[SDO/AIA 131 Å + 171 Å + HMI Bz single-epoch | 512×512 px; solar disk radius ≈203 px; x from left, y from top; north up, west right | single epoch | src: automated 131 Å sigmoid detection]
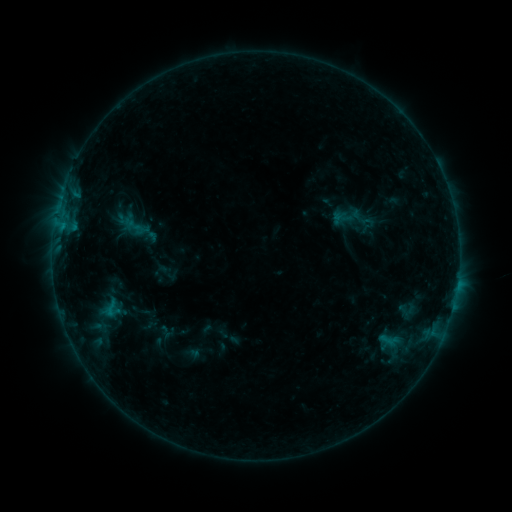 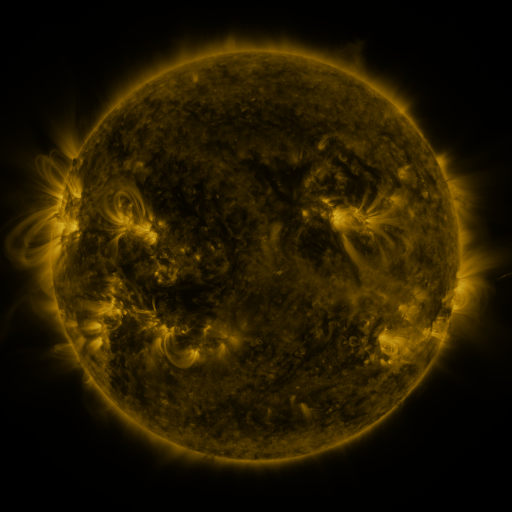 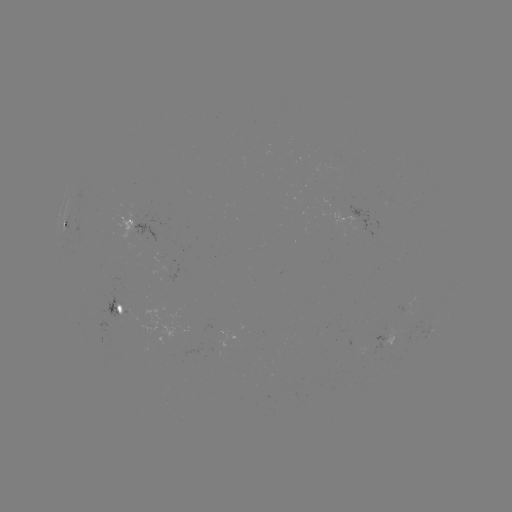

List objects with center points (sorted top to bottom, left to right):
sigmoid: [99, 297, 123, 320]
